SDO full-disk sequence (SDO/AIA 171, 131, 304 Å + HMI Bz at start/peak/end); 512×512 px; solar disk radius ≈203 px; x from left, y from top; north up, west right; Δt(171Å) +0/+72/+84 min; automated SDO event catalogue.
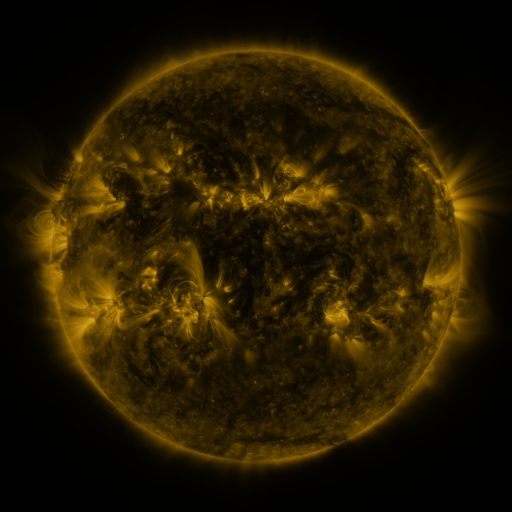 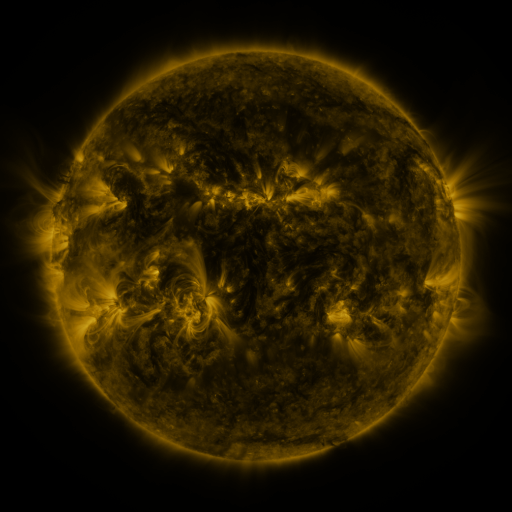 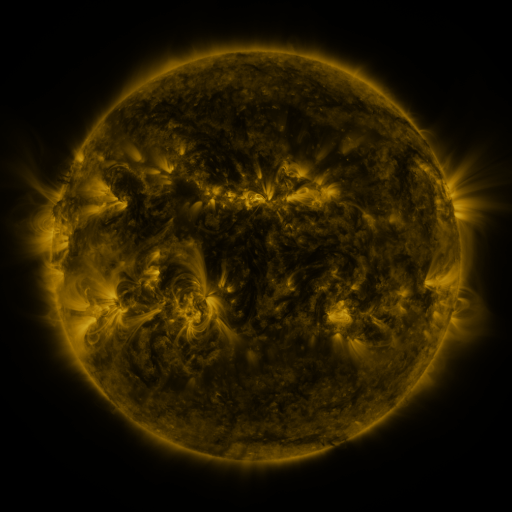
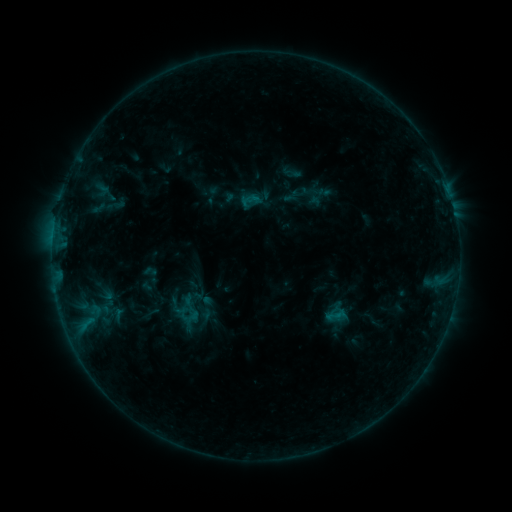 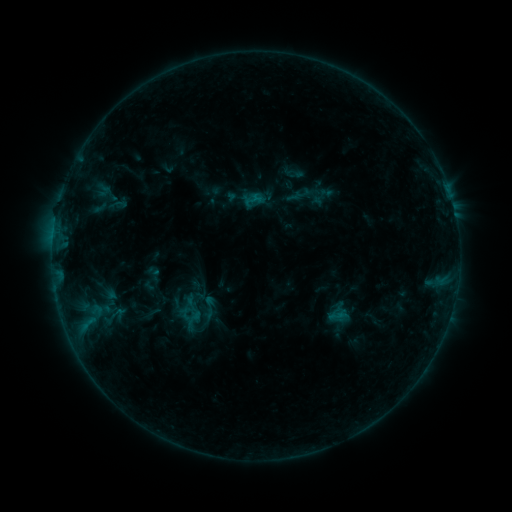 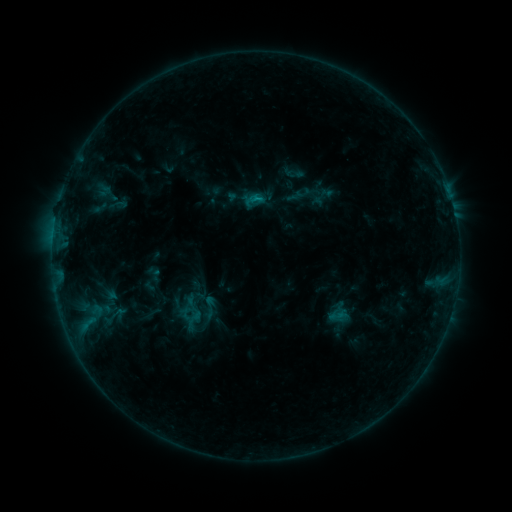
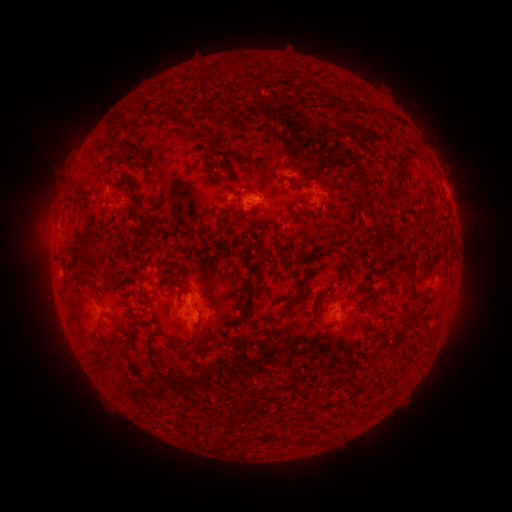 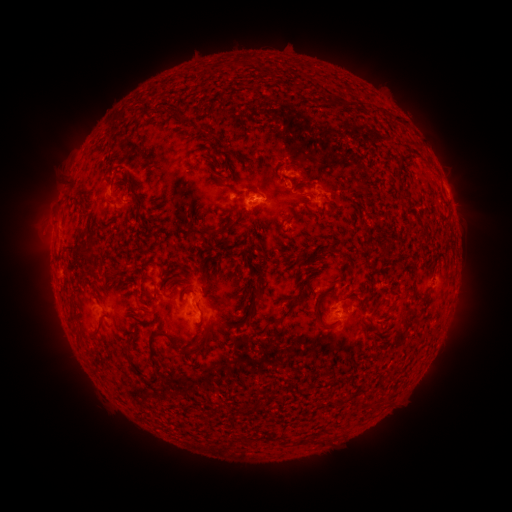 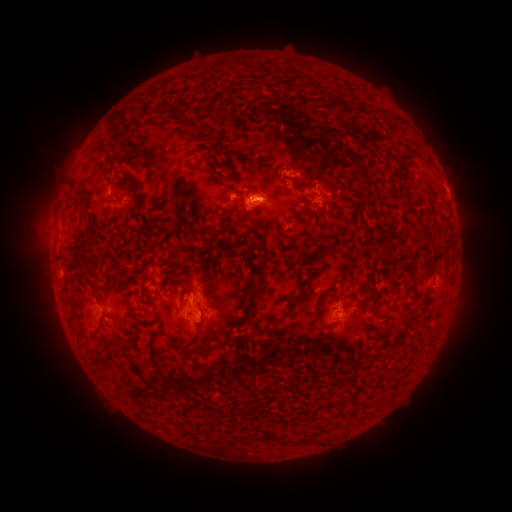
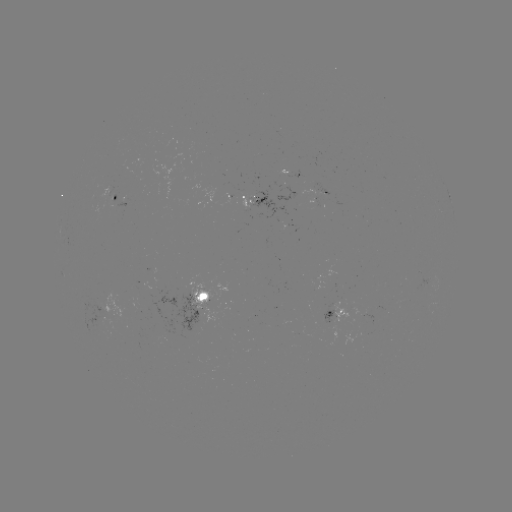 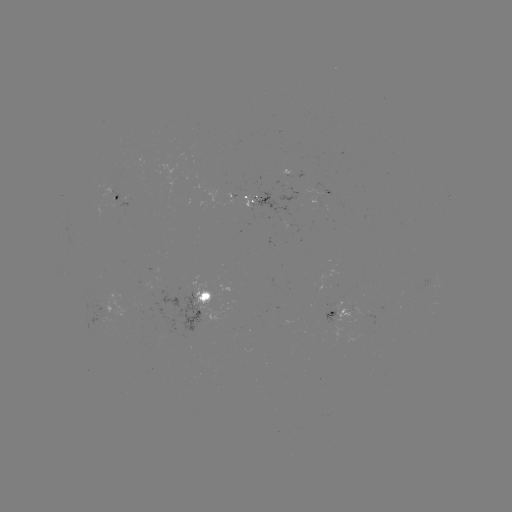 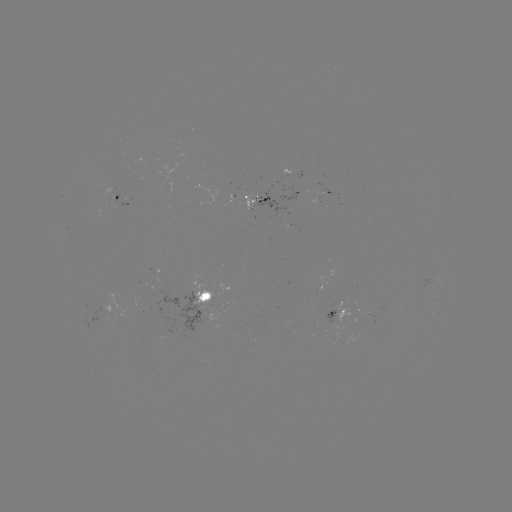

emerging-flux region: (242, 196, 253, 213)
